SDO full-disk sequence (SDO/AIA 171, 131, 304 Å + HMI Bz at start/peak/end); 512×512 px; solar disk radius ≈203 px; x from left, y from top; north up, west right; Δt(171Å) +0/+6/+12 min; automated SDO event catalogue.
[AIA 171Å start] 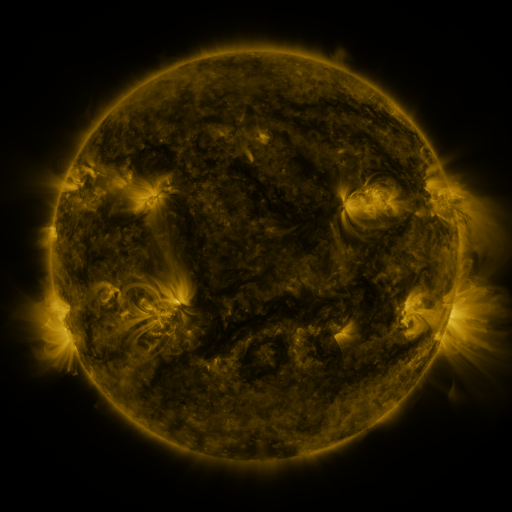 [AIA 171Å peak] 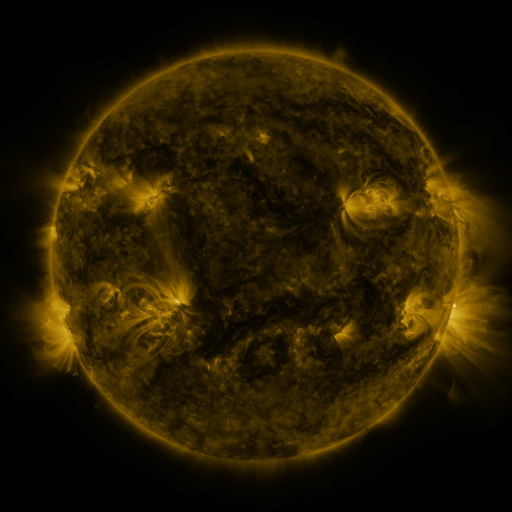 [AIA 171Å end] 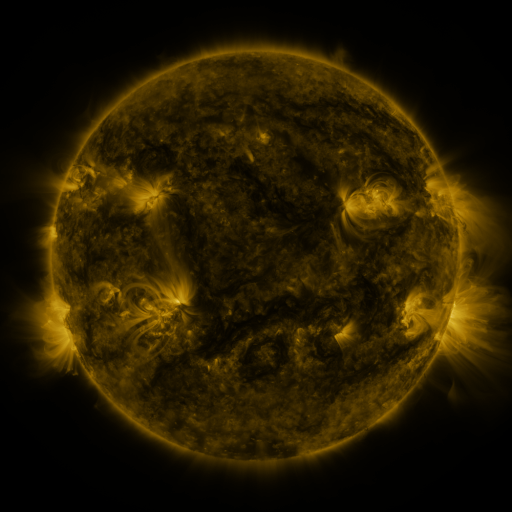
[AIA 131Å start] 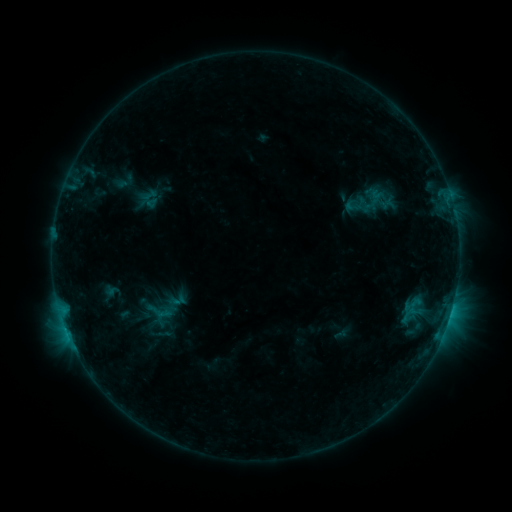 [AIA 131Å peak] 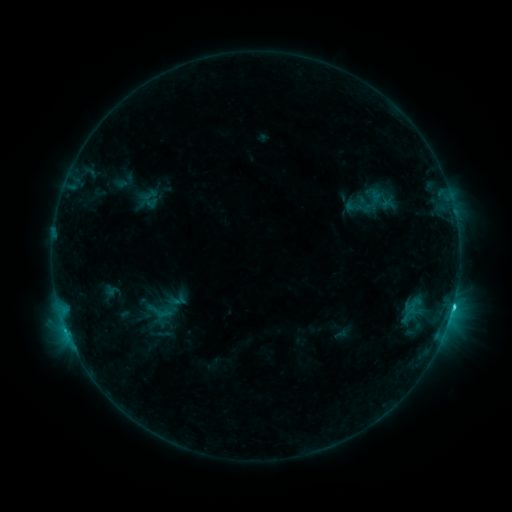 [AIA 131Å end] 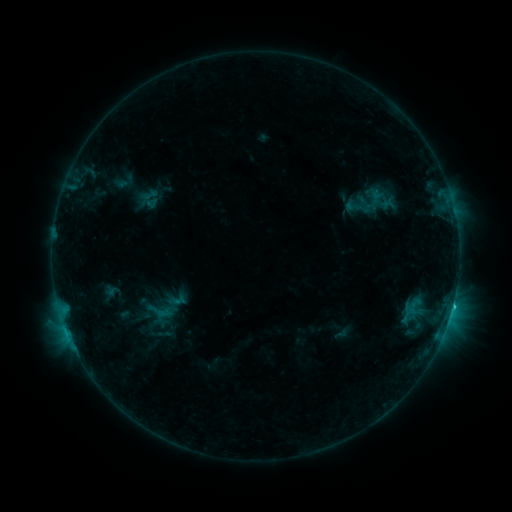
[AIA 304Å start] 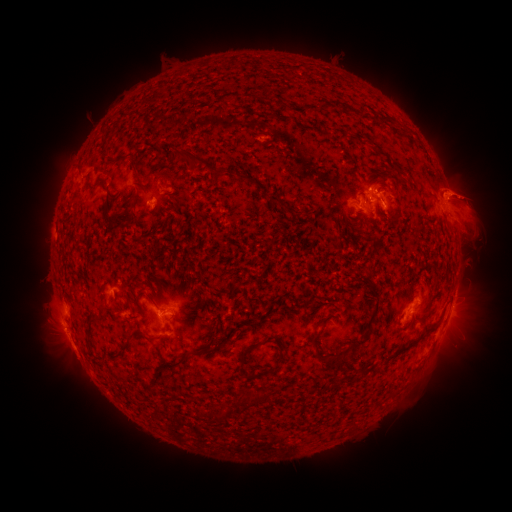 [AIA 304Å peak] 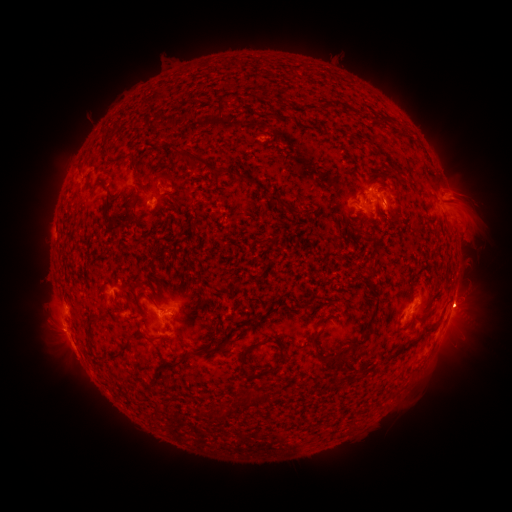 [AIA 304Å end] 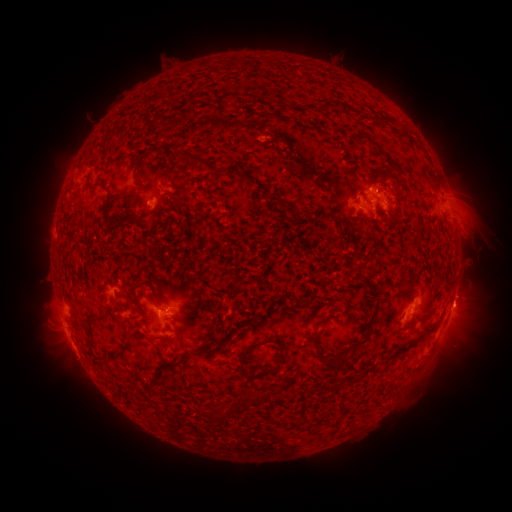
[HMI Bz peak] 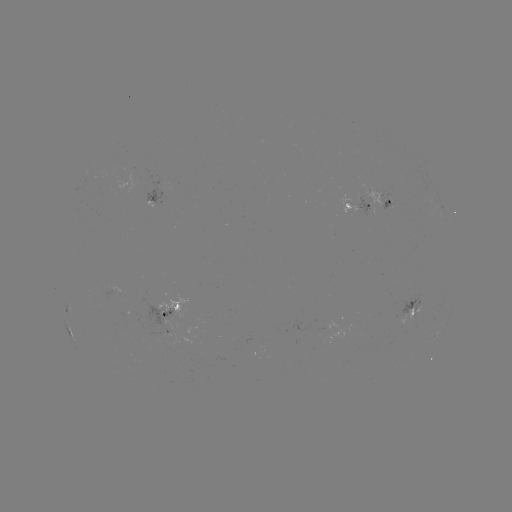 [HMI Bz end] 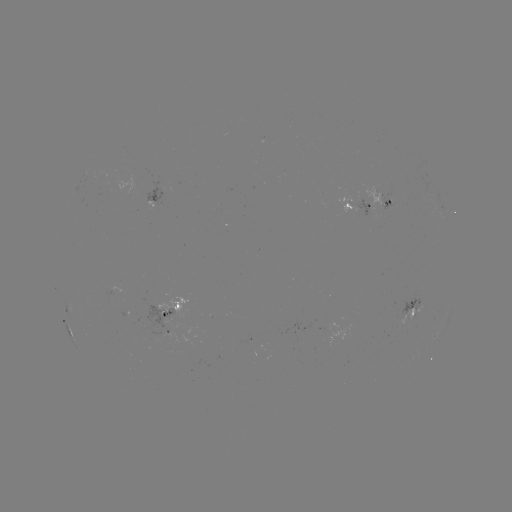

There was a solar flare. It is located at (453, 304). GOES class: C1.4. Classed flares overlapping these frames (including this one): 1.